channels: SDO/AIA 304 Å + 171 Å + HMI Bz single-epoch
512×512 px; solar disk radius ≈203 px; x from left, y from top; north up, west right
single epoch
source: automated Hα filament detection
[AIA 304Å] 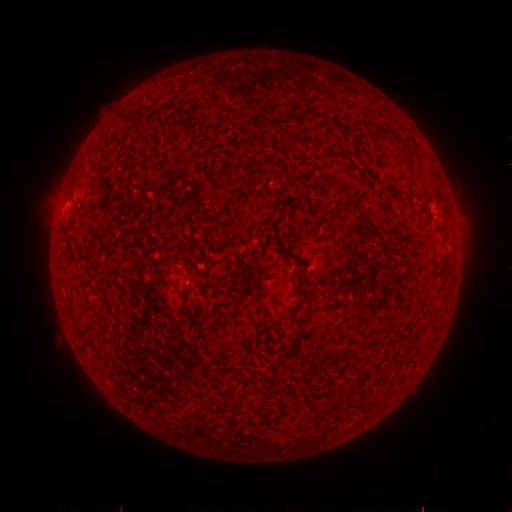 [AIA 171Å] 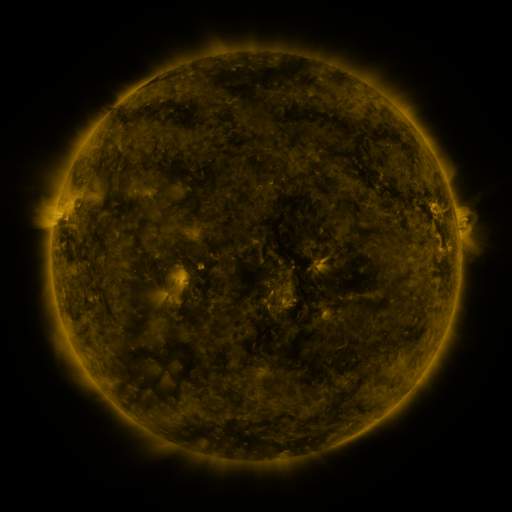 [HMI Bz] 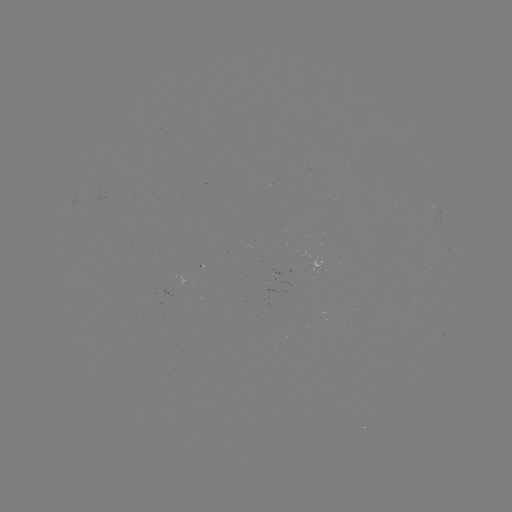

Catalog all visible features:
filament: (281, 128, 296, 141)
filament: (304, 139, 314, 149)
filament: (363, 170, 376, 181)
filament: (385, 187, 409, 199)
filament: (425, 197, 435, 209)
filament: (352, 351, 359, 362)
filament: (325, 353, 347, 363)
filament: (296, 366, 307, 375)
